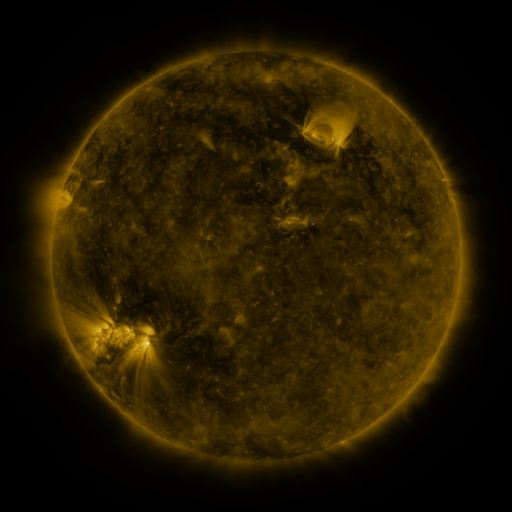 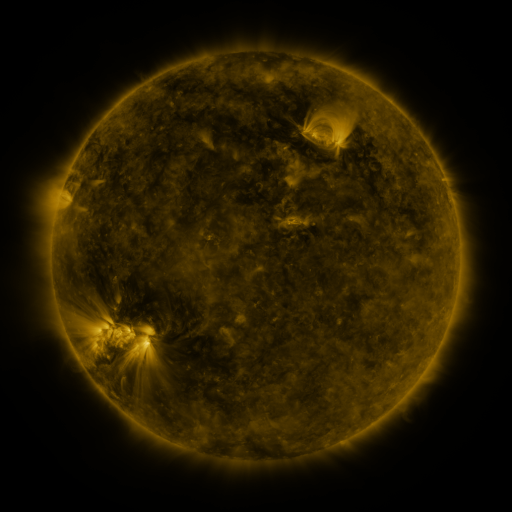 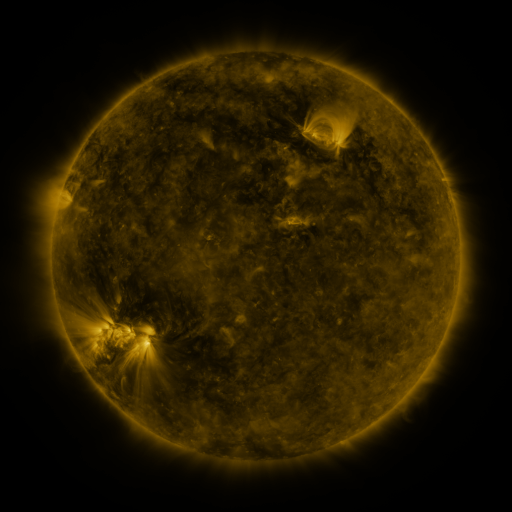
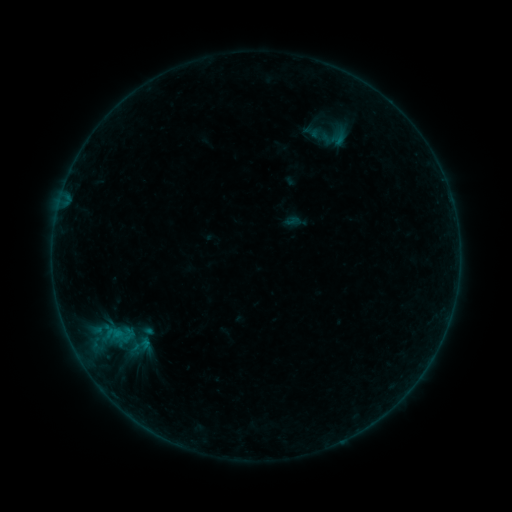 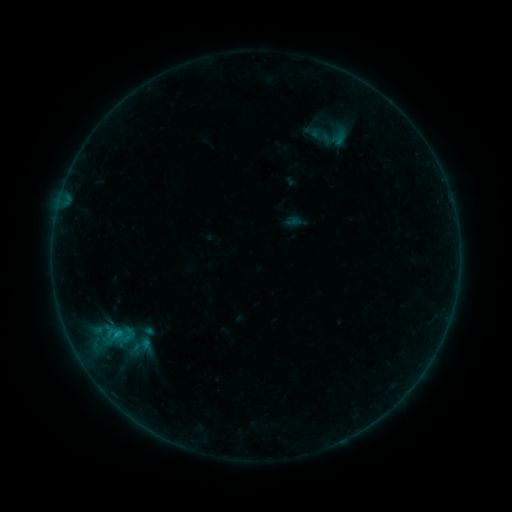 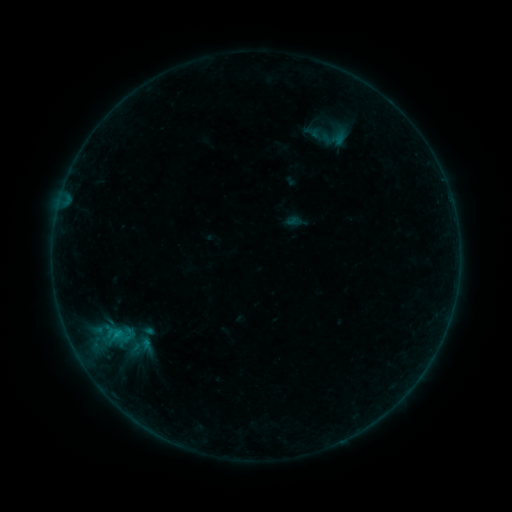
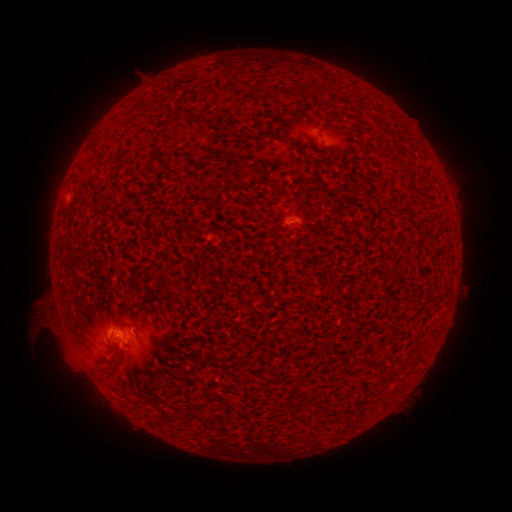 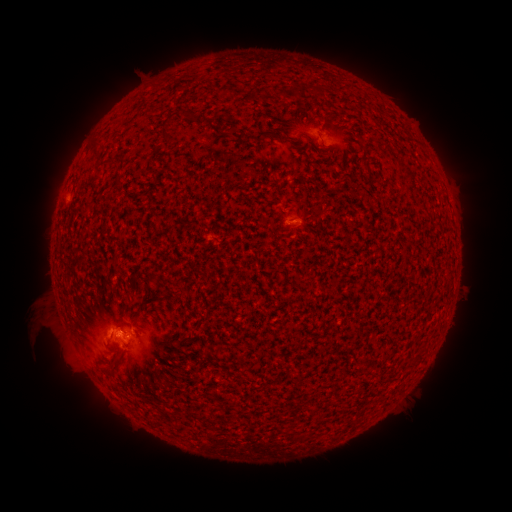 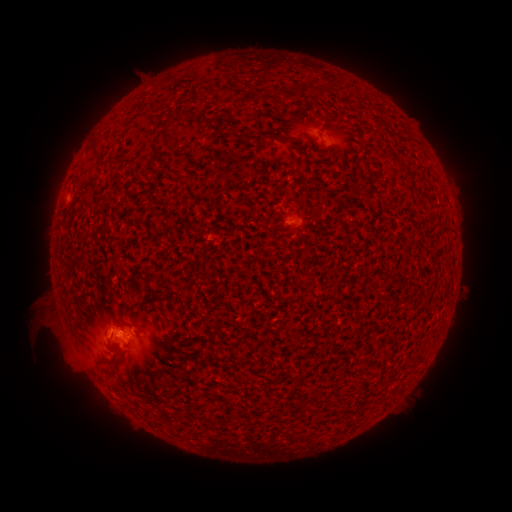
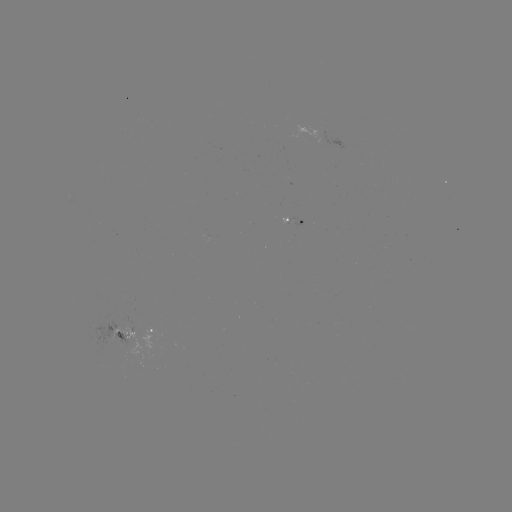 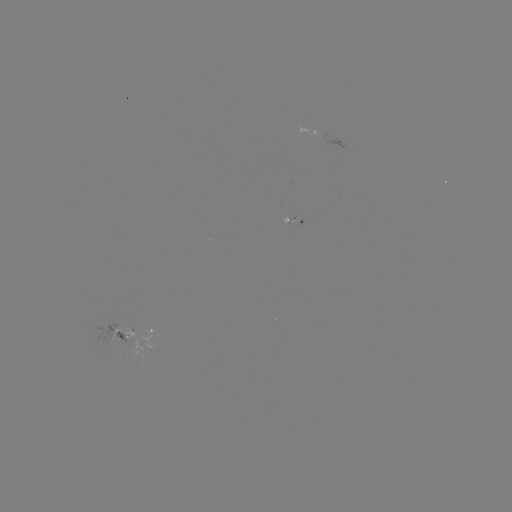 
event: flare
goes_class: B3.6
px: (120, 334)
